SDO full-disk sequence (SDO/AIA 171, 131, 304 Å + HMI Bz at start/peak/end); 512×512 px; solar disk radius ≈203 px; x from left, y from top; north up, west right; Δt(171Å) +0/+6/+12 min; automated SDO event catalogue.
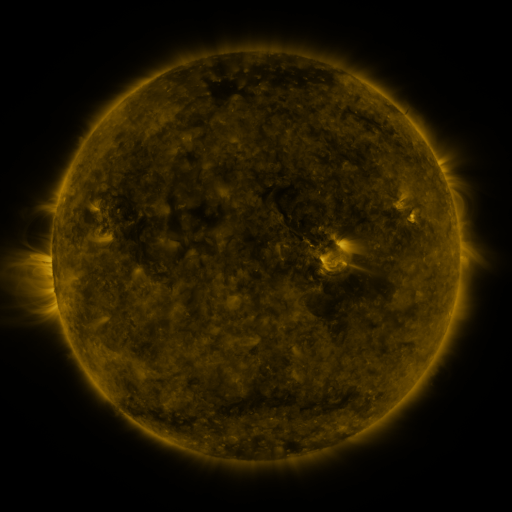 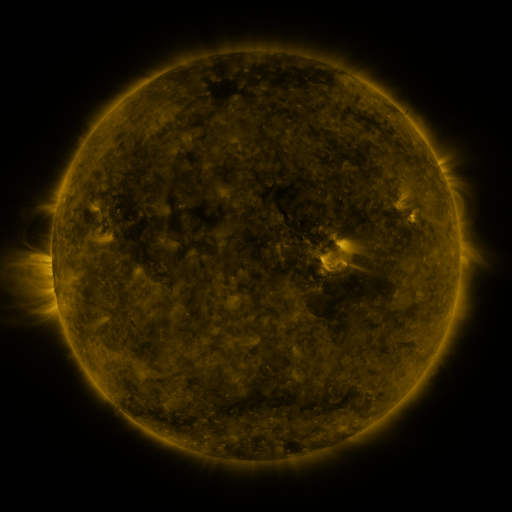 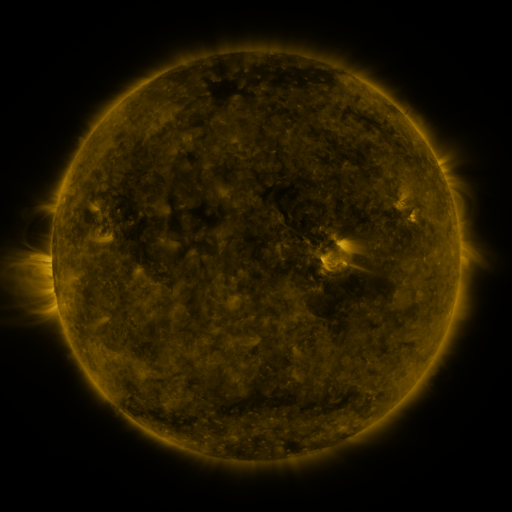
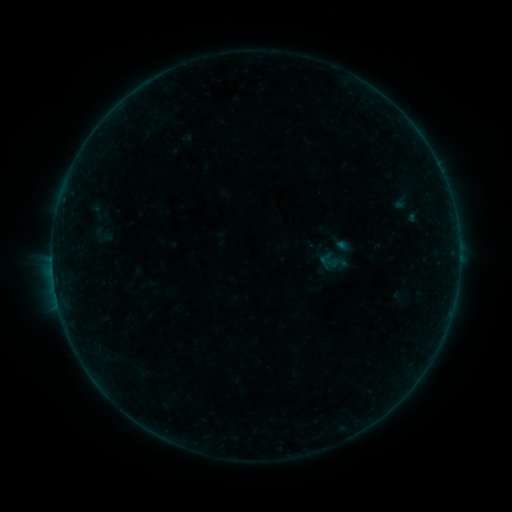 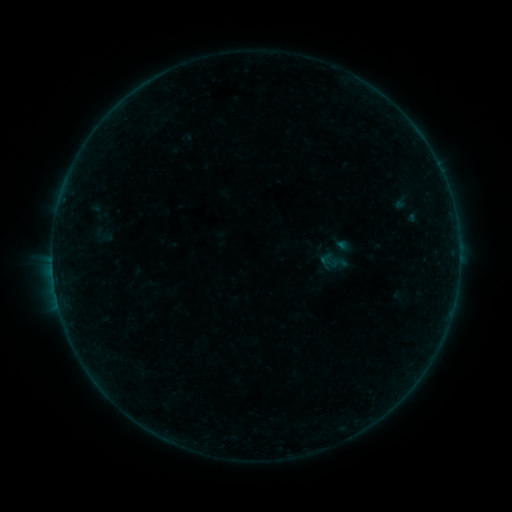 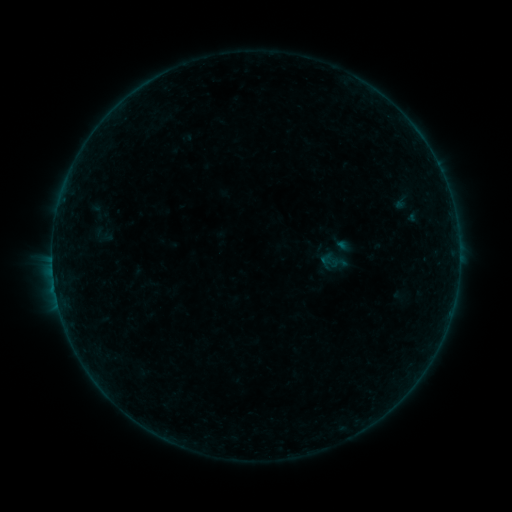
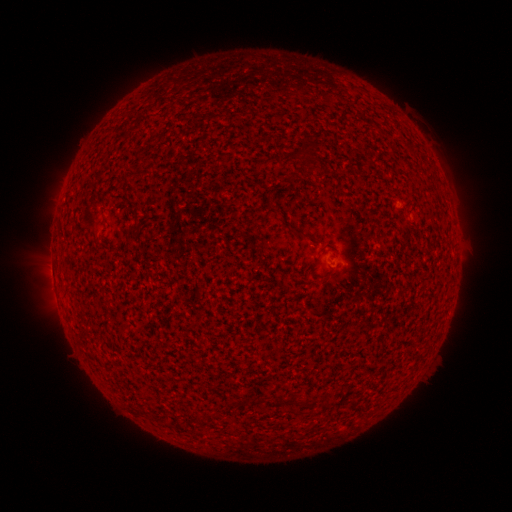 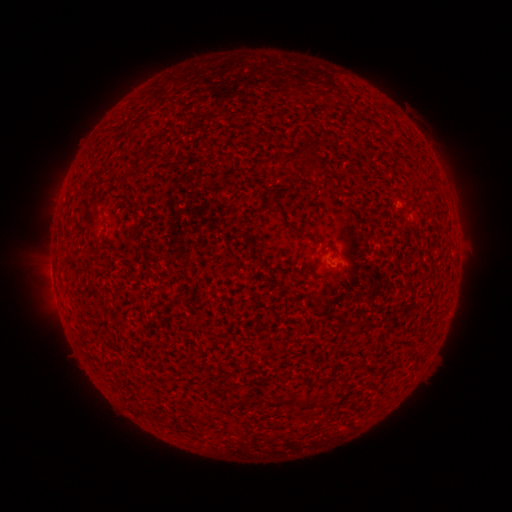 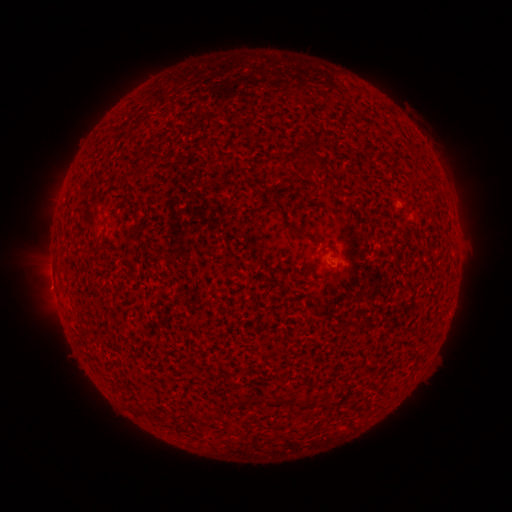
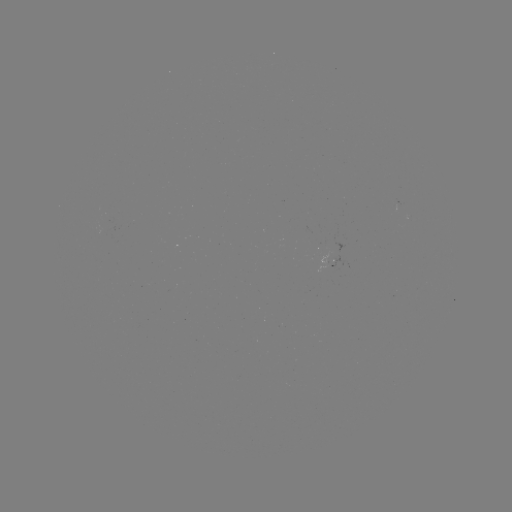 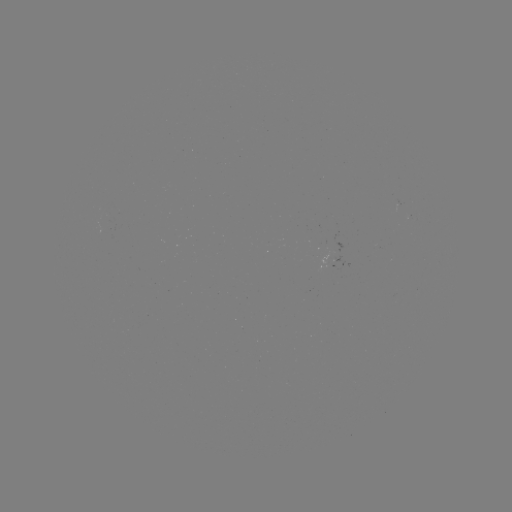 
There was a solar flare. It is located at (54, 284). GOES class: B1.3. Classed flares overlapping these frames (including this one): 1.